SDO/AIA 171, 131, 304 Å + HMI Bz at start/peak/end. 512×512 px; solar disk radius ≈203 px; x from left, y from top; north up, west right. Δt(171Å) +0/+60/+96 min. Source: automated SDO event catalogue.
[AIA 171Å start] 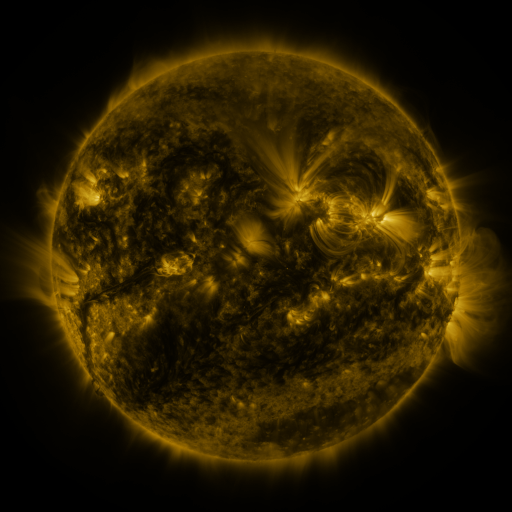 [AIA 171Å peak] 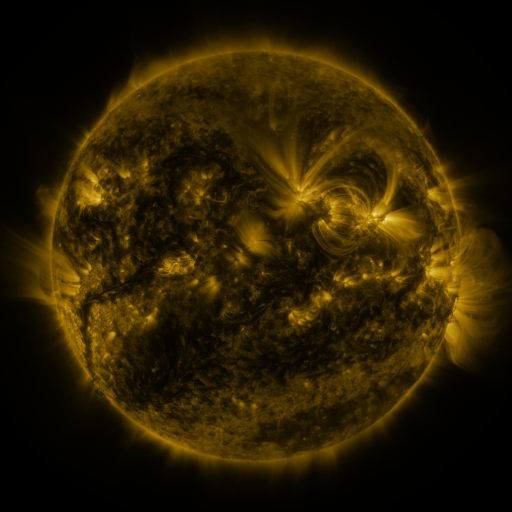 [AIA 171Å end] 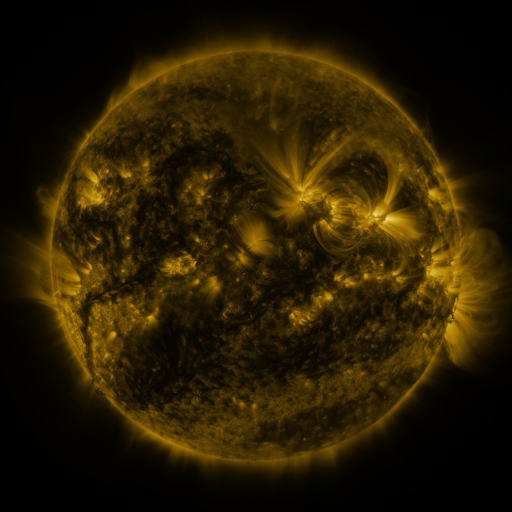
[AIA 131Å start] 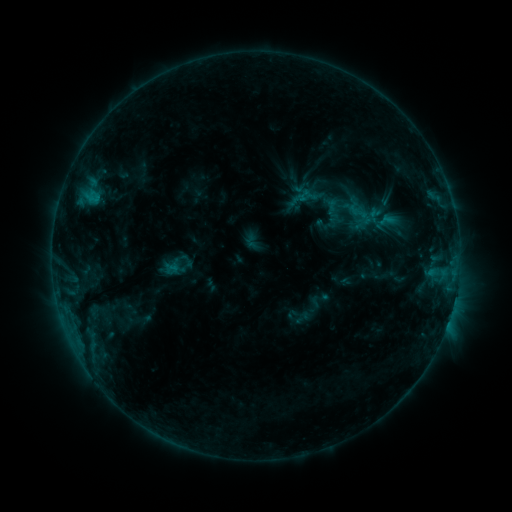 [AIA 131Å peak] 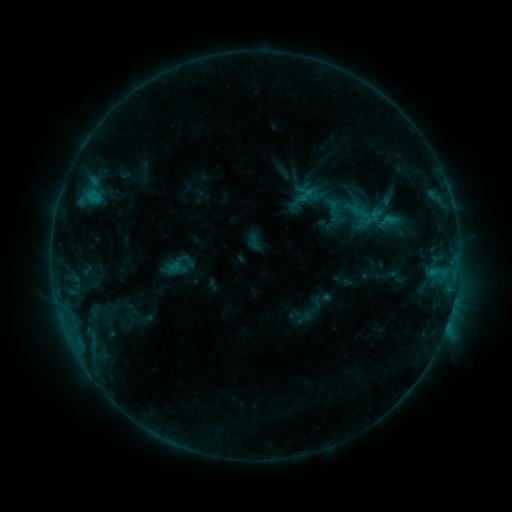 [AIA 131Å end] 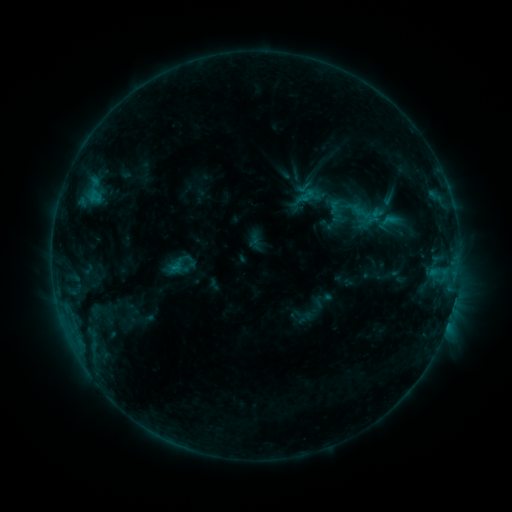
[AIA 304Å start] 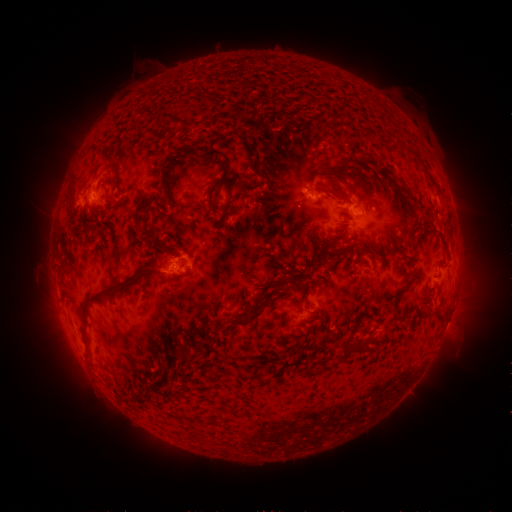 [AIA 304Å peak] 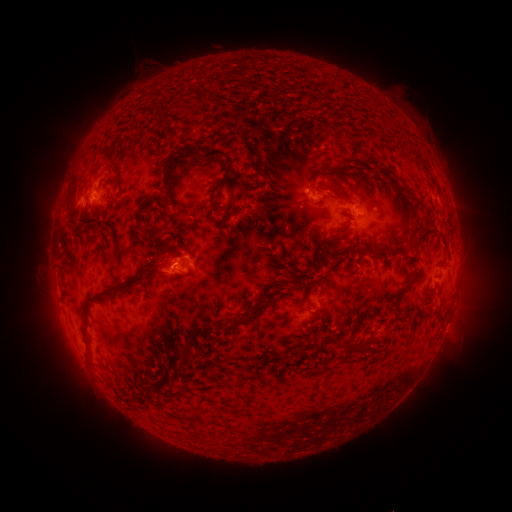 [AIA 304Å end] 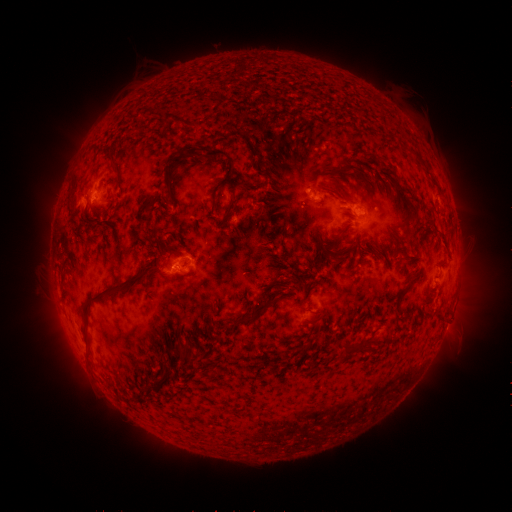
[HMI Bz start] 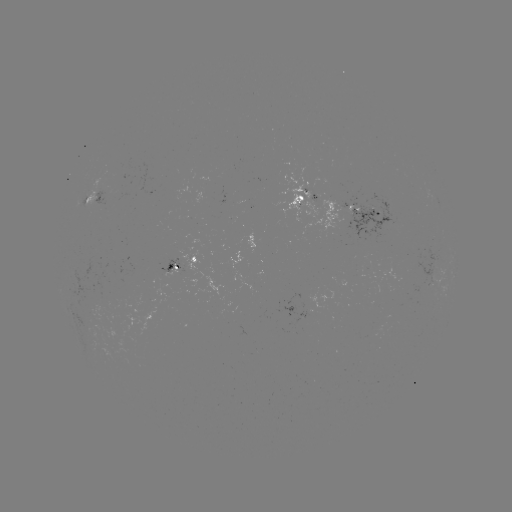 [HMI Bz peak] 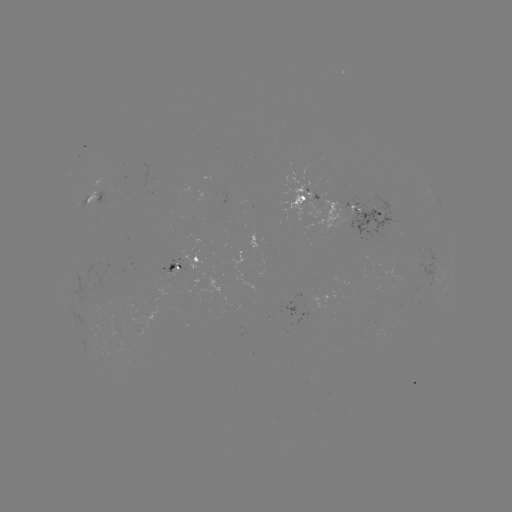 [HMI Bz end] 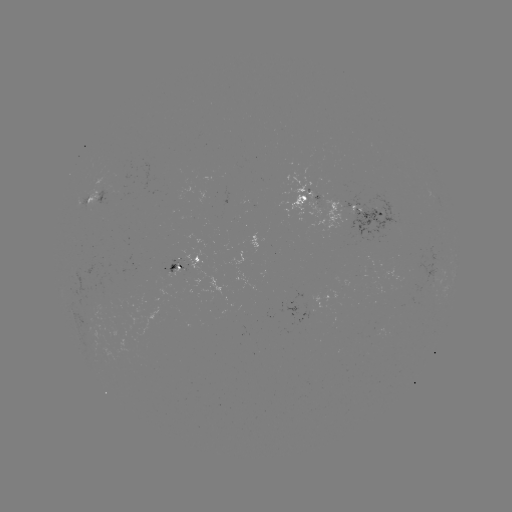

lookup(emerging-flux region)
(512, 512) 376,216